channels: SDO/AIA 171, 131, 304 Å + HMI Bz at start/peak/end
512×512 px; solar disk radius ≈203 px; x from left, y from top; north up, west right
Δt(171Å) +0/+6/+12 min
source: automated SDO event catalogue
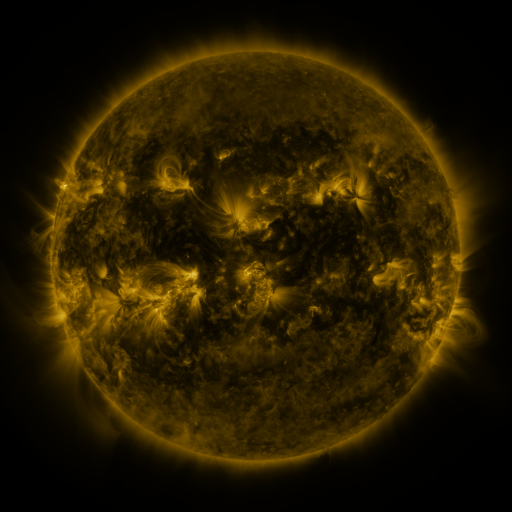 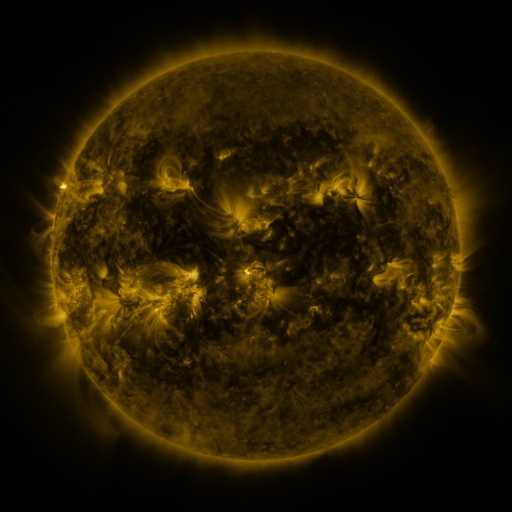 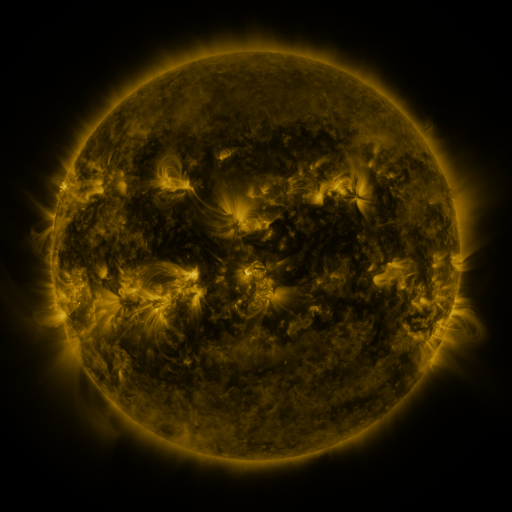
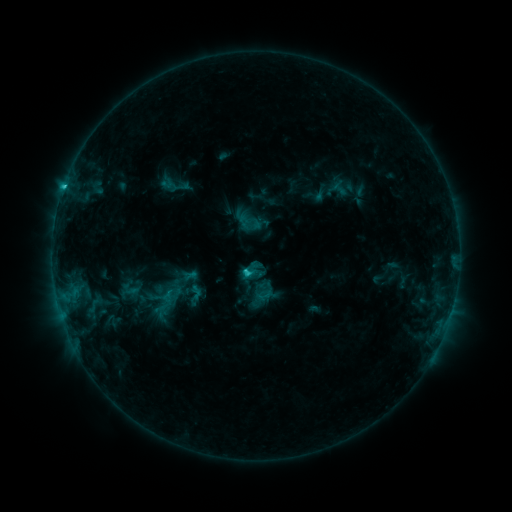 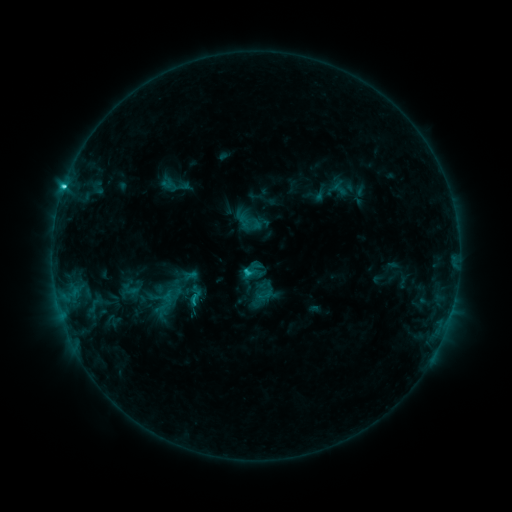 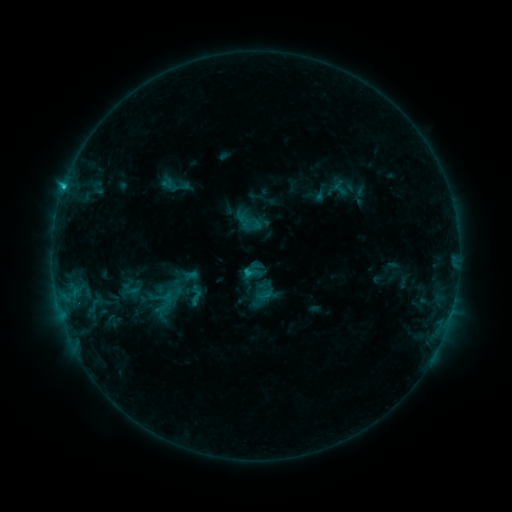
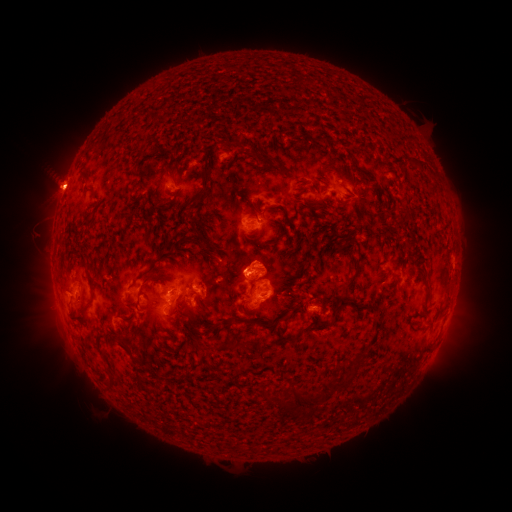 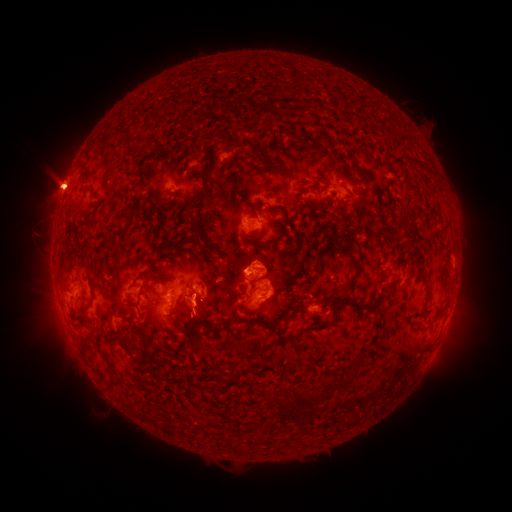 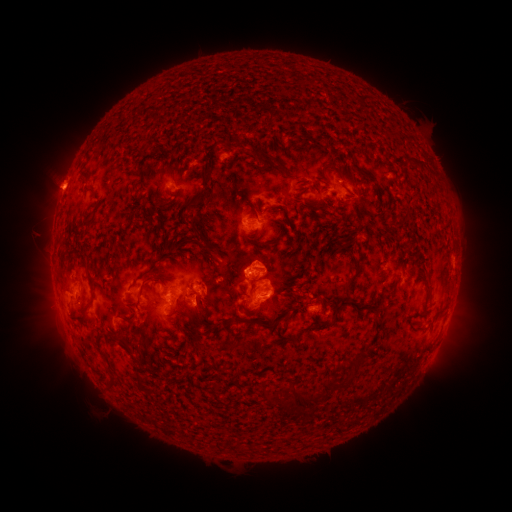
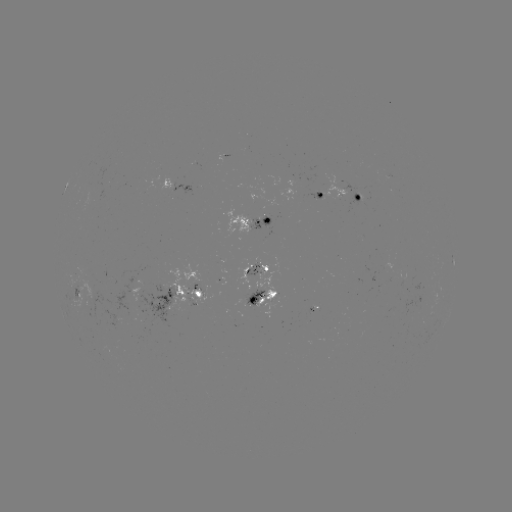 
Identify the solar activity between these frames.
C2.8 flare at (65, 185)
